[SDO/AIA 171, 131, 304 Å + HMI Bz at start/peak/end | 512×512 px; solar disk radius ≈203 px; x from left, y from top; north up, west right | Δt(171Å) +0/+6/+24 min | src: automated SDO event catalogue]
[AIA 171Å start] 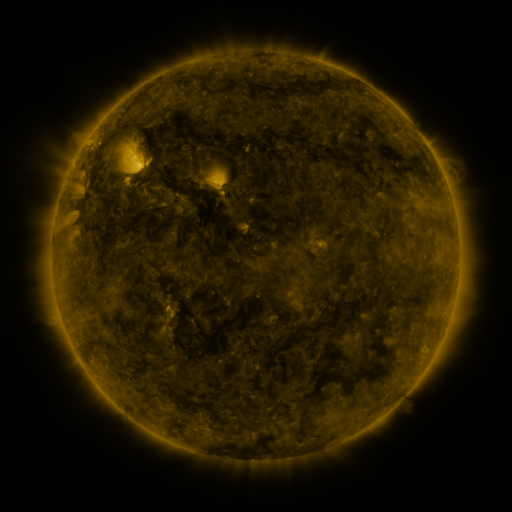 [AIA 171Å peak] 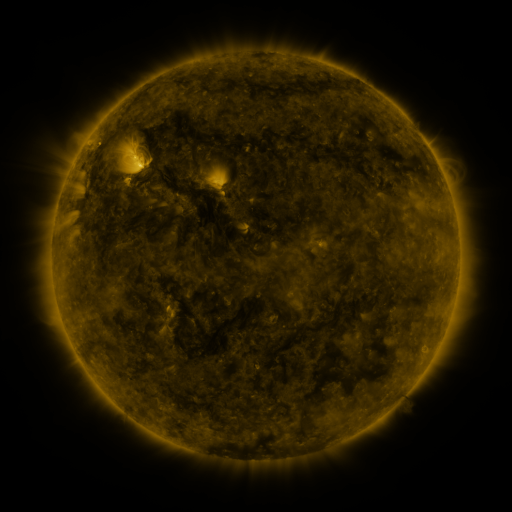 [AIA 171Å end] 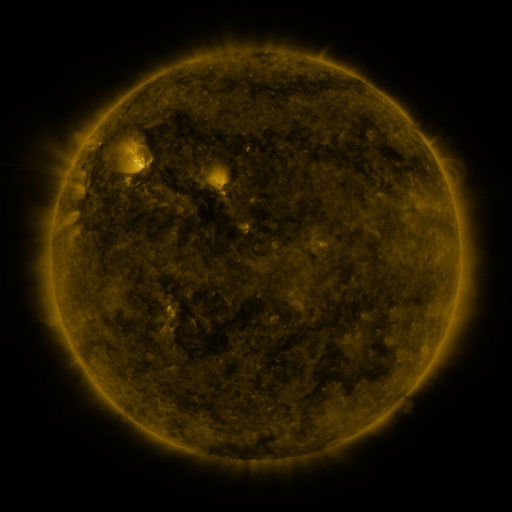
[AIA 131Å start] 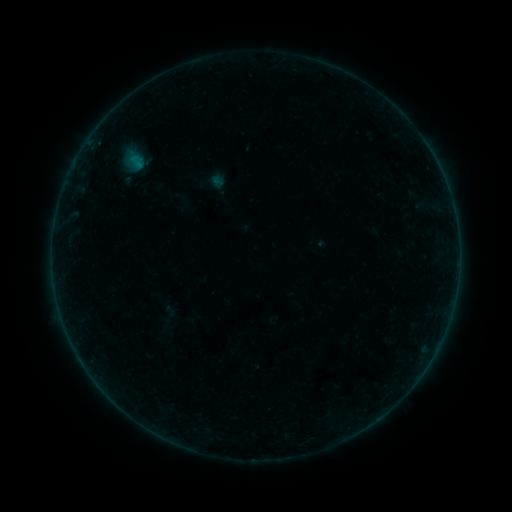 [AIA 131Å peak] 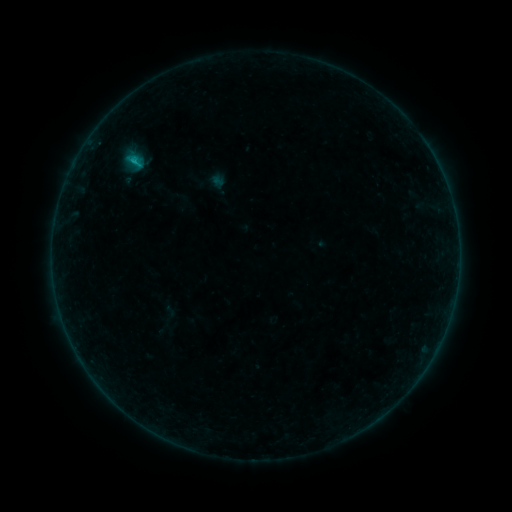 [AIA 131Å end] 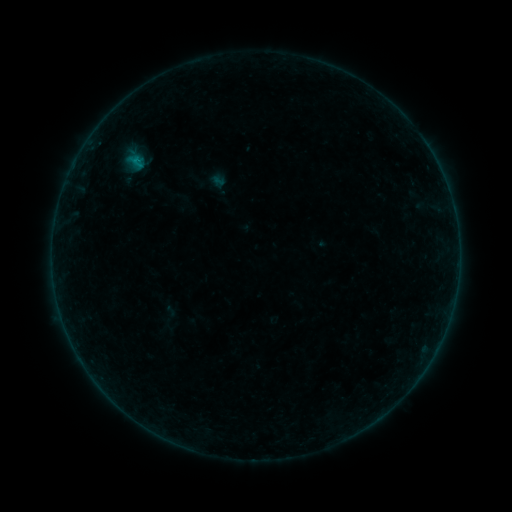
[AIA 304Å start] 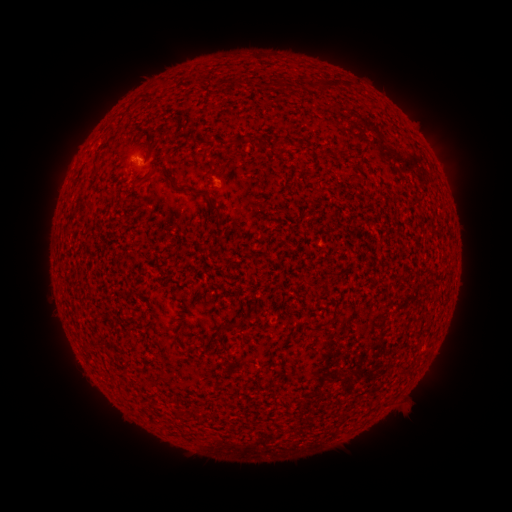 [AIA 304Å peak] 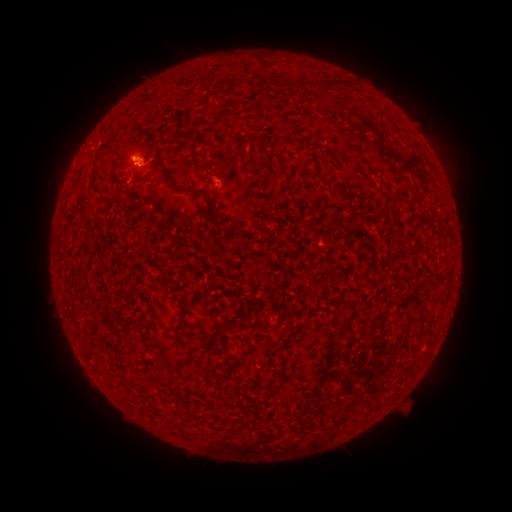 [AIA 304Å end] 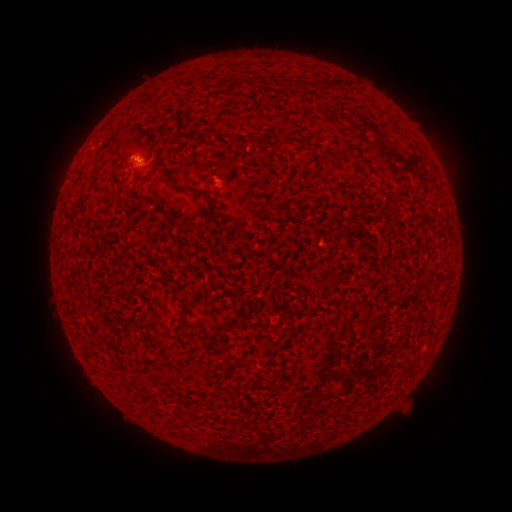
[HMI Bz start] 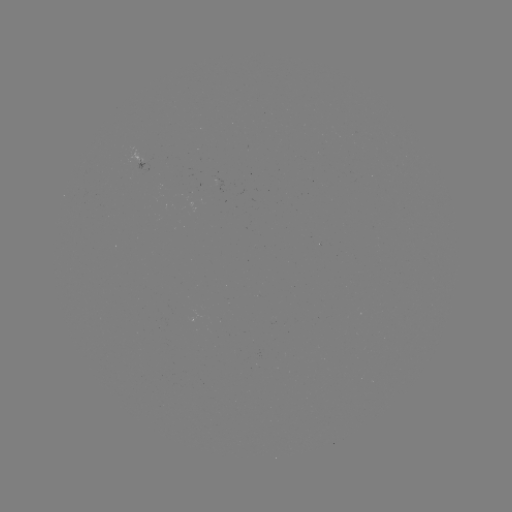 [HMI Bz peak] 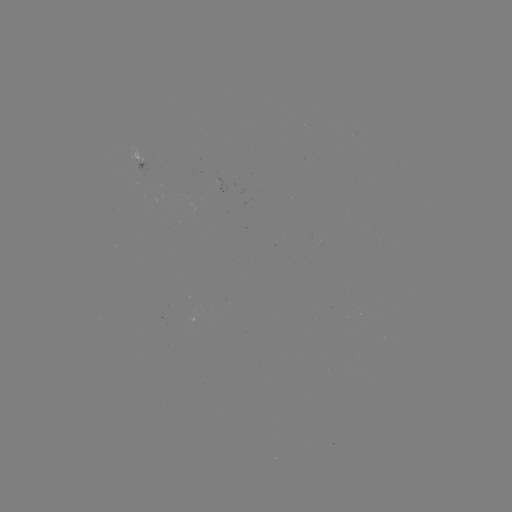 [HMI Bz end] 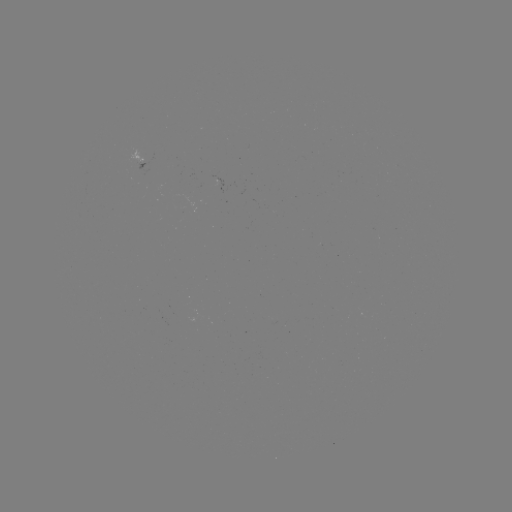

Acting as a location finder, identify B5.0 flare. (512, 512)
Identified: [136, 160].